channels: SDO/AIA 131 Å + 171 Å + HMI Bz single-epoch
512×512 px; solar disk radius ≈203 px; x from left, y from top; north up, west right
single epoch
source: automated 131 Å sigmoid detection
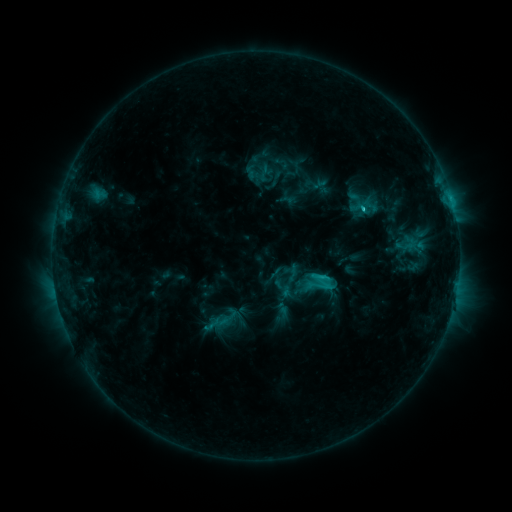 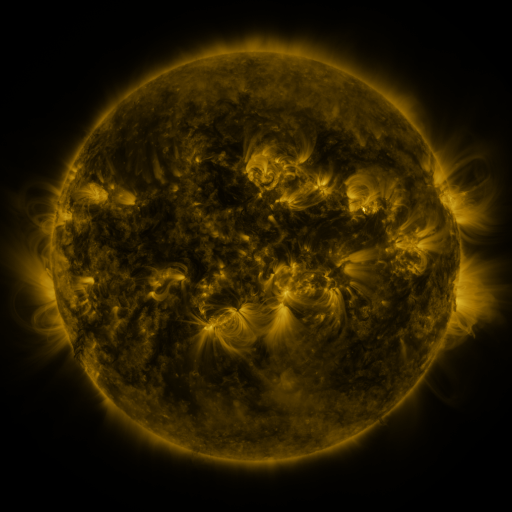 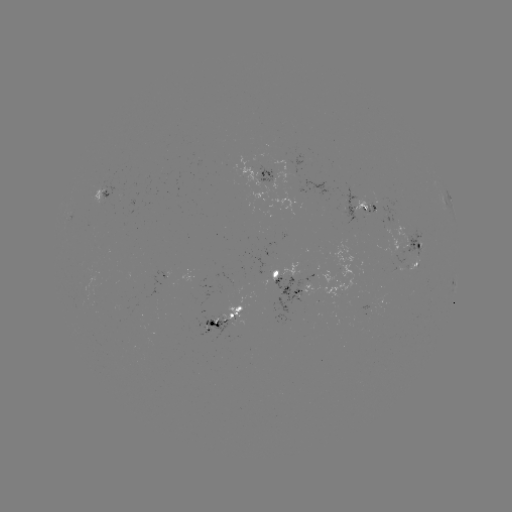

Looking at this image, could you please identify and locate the sigmoid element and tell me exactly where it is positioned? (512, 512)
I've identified sigmoid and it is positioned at (318, 283).